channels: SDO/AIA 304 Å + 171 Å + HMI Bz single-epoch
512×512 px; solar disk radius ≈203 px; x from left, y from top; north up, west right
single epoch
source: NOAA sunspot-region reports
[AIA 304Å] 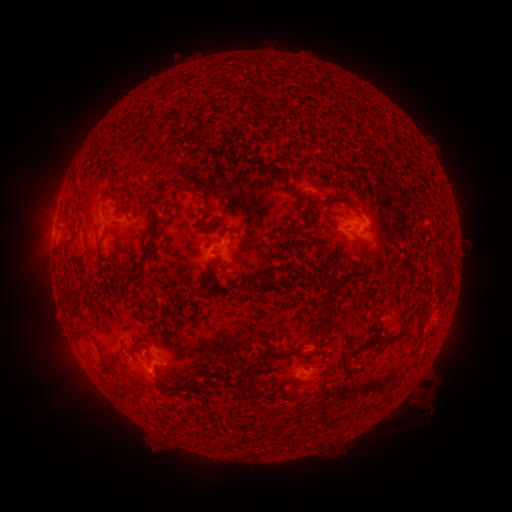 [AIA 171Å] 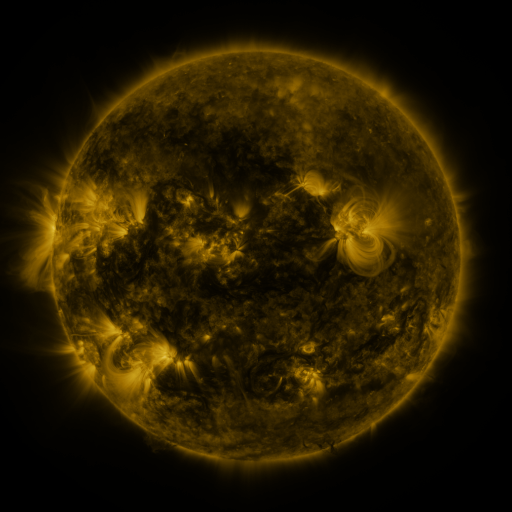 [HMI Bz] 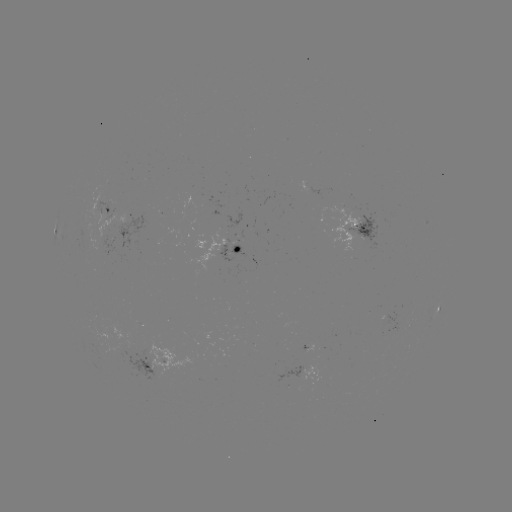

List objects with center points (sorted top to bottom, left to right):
spotted active region: (108, 209)
spotted active region: (361, 226)
spotted active region: (231, 250)
spotted active region: (437, 312)
spotted active region: (385, 319)
spotted active region: (157, 362)
spotted active region: (310, 373)
